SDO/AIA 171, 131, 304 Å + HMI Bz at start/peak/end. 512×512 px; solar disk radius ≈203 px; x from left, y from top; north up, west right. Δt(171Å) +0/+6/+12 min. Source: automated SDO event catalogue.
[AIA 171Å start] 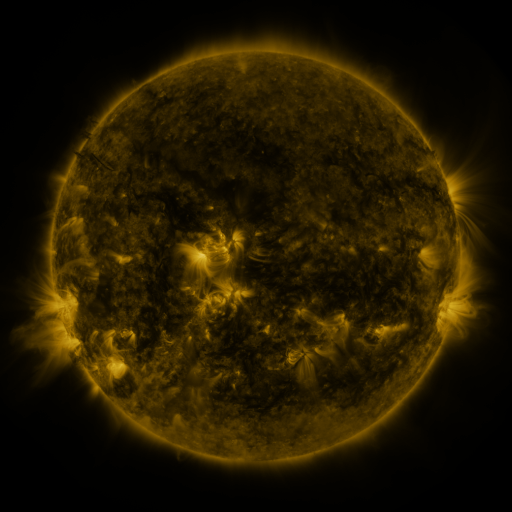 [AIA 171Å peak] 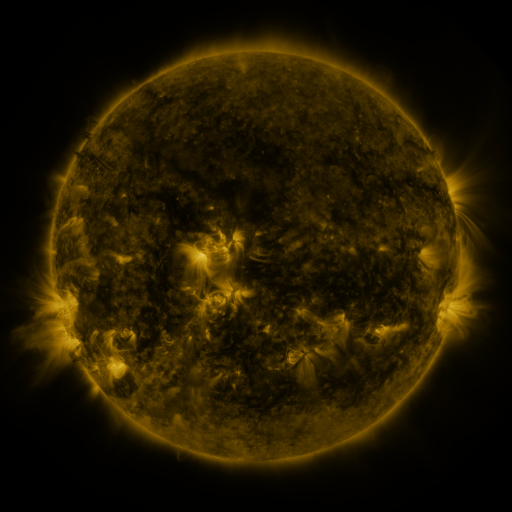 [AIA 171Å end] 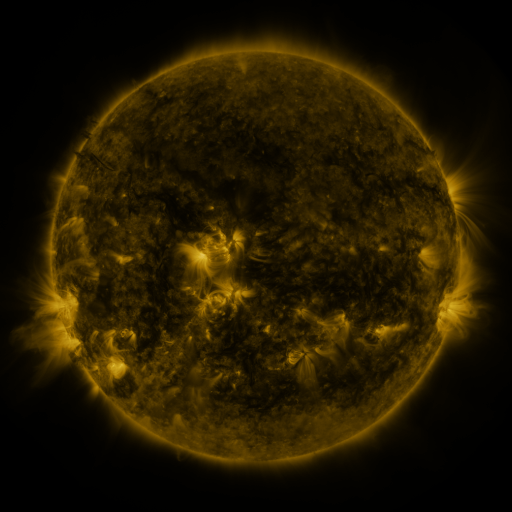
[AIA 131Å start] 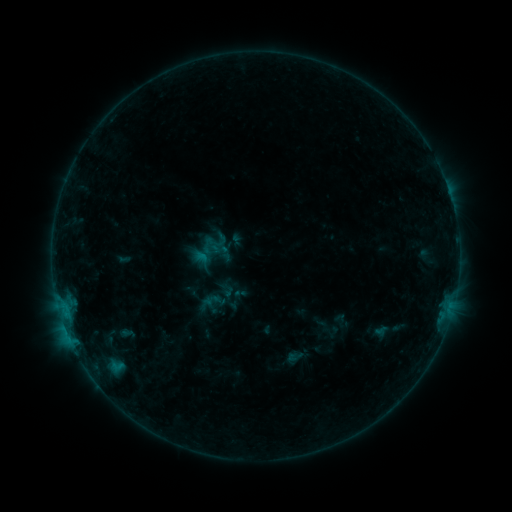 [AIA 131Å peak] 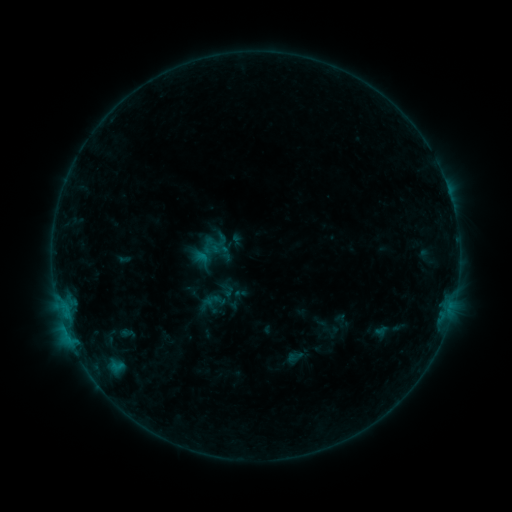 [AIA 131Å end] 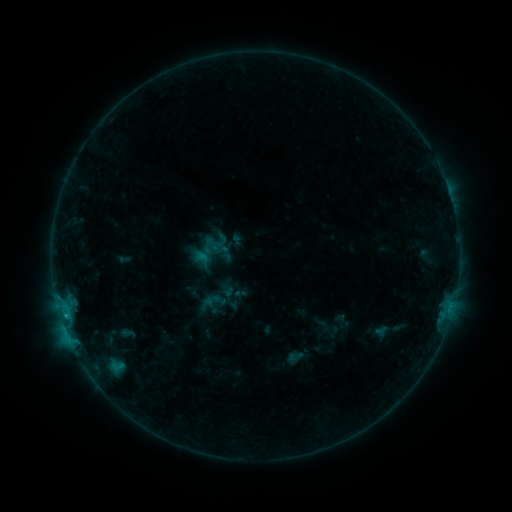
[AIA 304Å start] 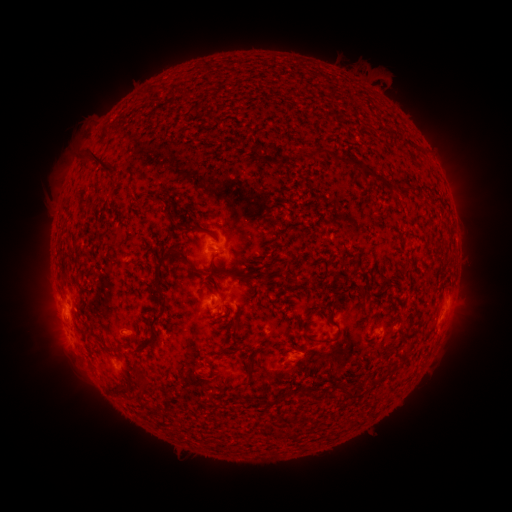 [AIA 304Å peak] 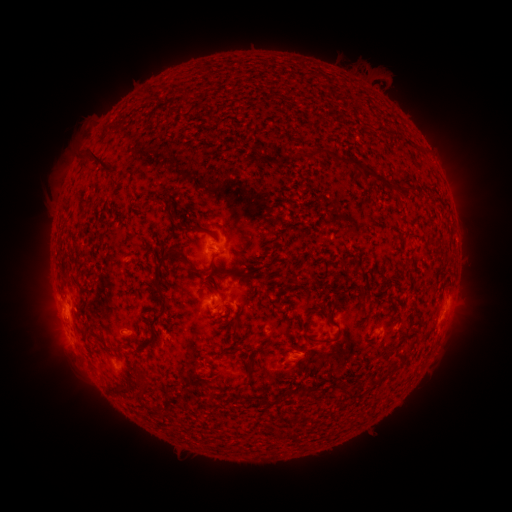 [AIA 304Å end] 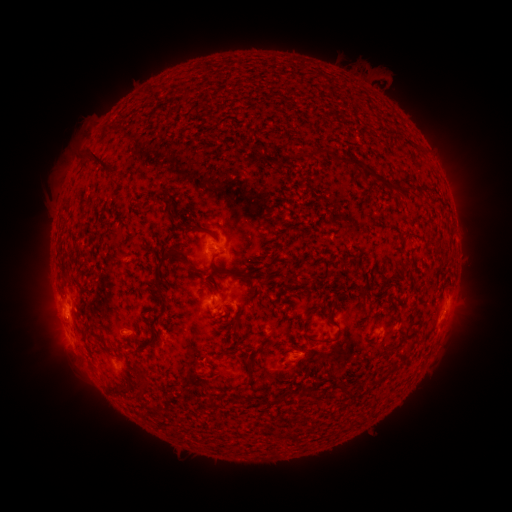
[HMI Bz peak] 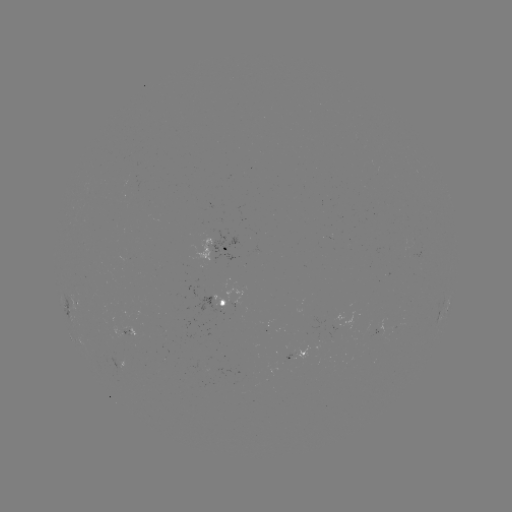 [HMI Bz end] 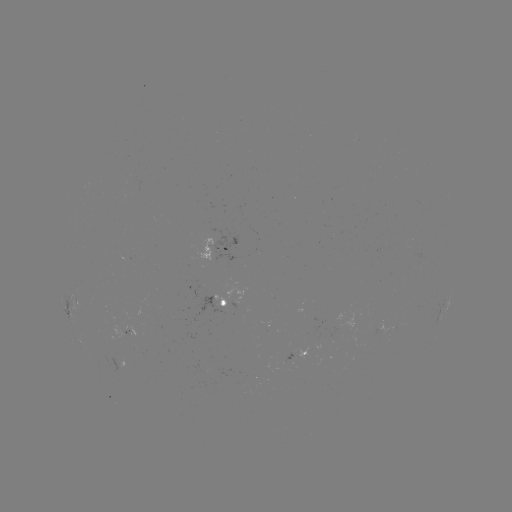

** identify B6.1 flare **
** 66,313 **